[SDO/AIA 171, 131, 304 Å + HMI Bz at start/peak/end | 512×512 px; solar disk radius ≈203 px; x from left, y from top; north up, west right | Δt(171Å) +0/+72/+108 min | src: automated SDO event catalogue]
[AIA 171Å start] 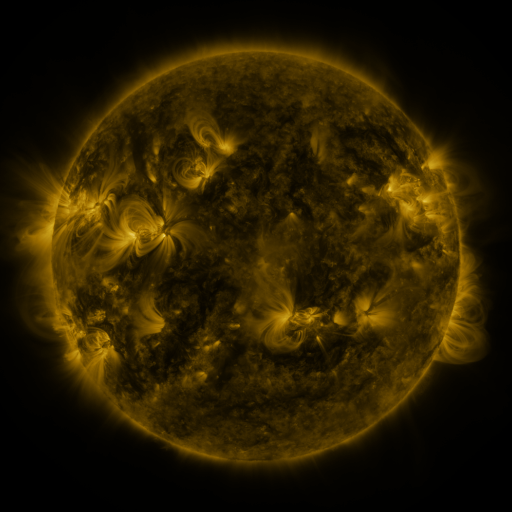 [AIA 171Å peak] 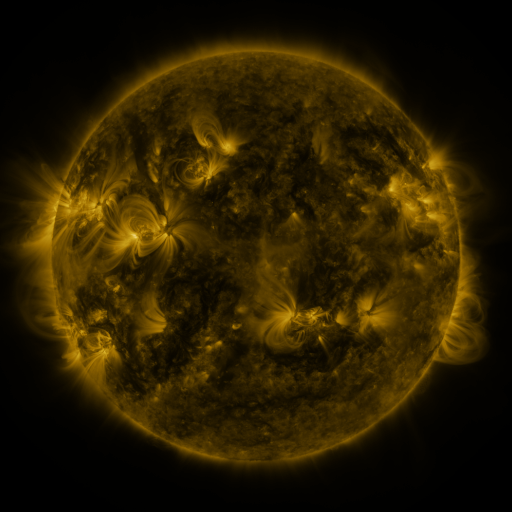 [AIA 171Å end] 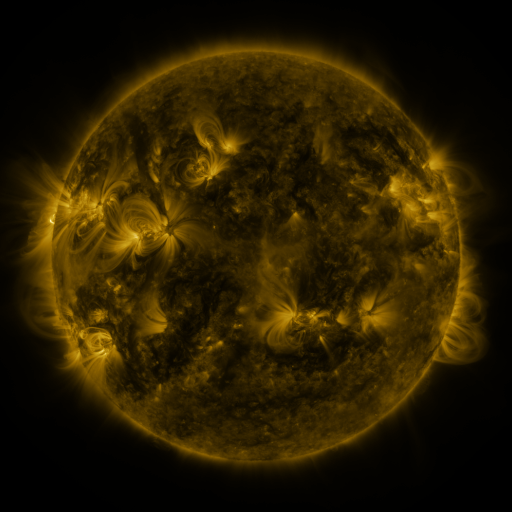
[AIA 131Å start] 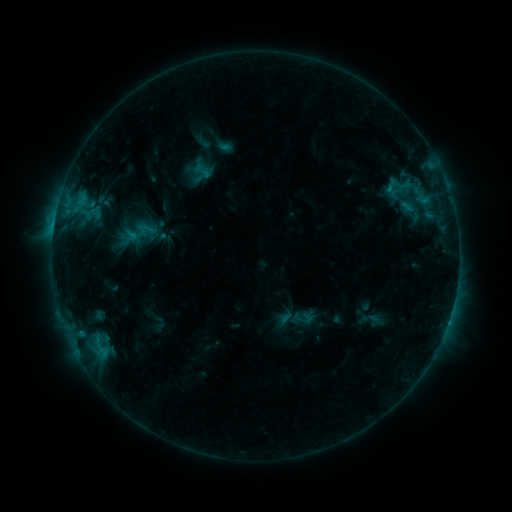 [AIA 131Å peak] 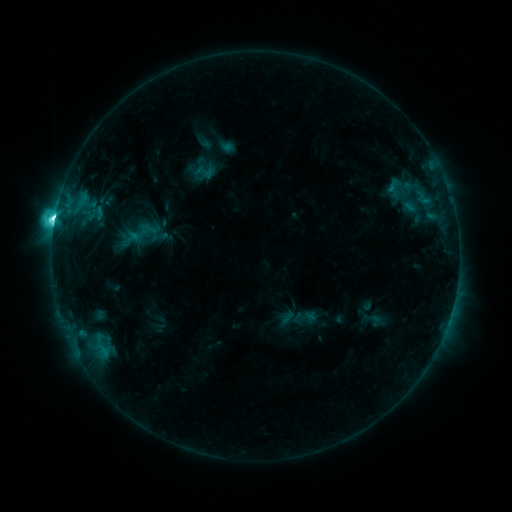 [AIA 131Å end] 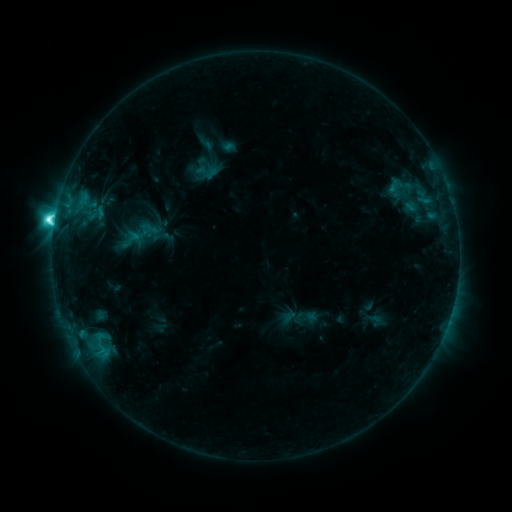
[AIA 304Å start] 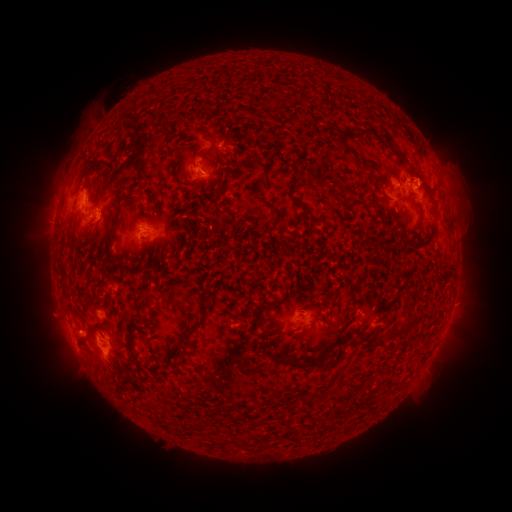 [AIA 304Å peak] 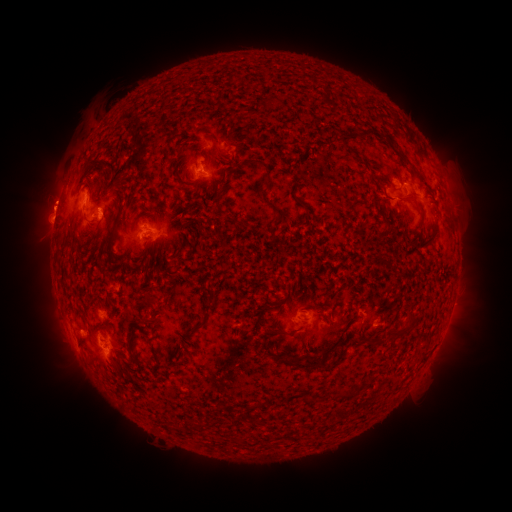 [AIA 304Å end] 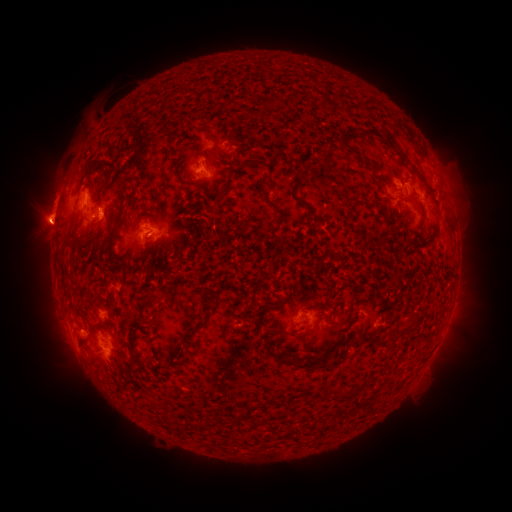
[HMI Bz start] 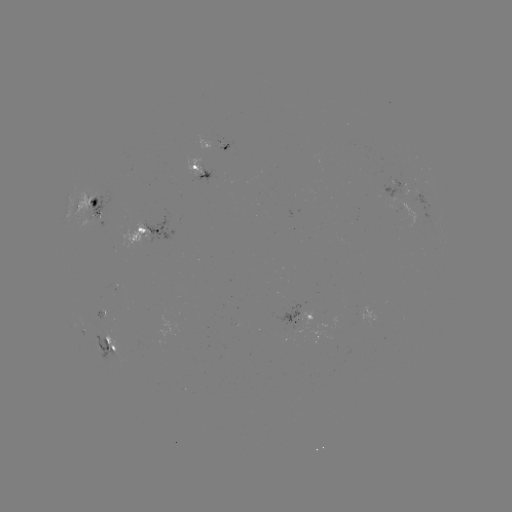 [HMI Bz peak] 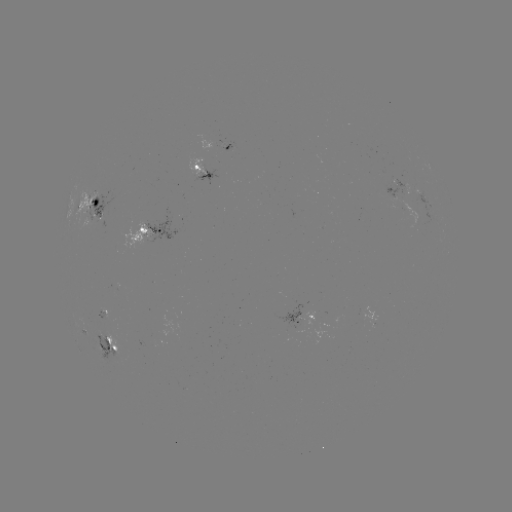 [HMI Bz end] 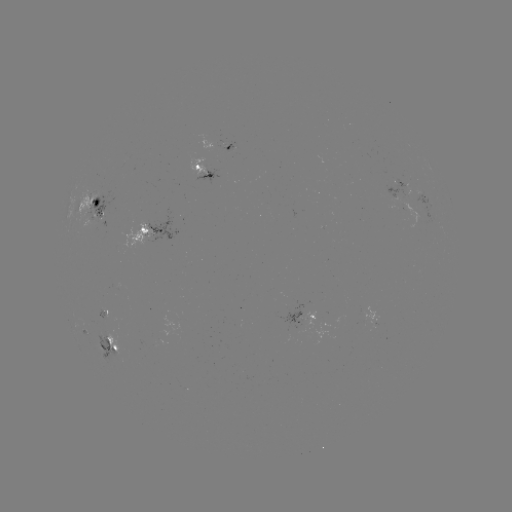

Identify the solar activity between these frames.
emerging-flux region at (409, 187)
